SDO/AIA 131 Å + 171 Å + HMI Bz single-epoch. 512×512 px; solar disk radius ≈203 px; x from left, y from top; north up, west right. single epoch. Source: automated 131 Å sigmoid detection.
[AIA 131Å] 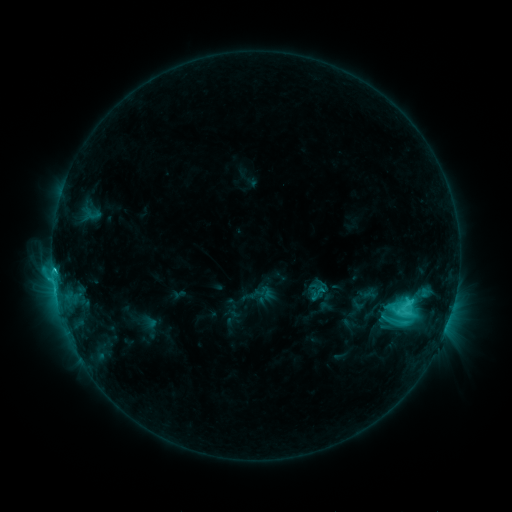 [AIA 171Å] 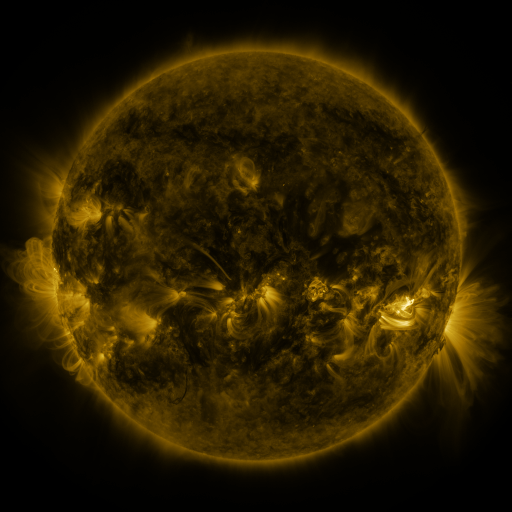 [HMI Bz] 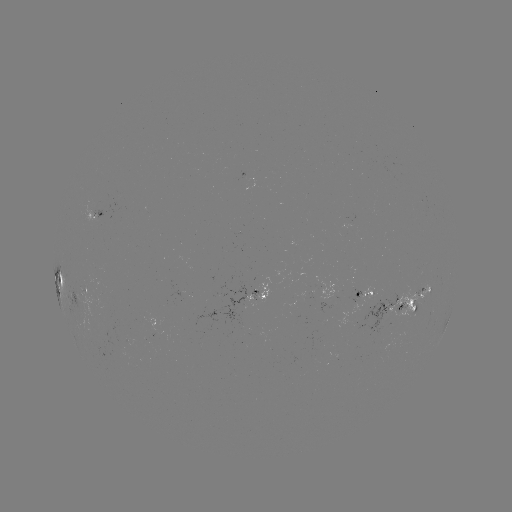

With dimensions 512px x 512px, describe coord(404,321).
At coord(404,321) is sigmoid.